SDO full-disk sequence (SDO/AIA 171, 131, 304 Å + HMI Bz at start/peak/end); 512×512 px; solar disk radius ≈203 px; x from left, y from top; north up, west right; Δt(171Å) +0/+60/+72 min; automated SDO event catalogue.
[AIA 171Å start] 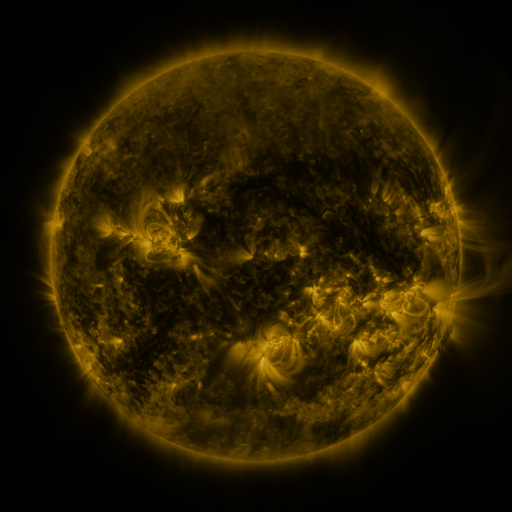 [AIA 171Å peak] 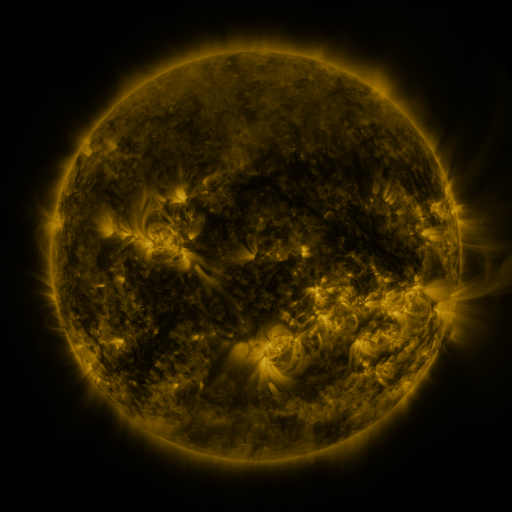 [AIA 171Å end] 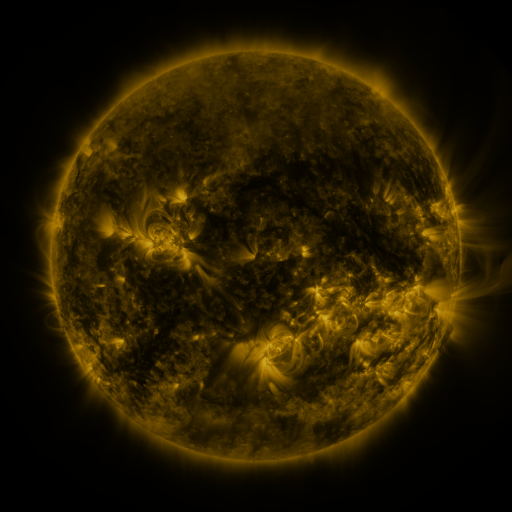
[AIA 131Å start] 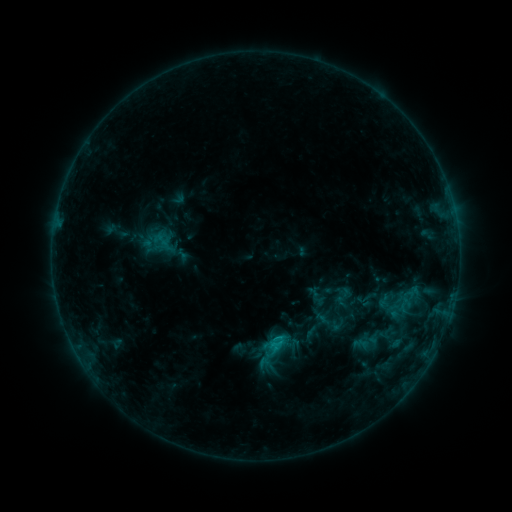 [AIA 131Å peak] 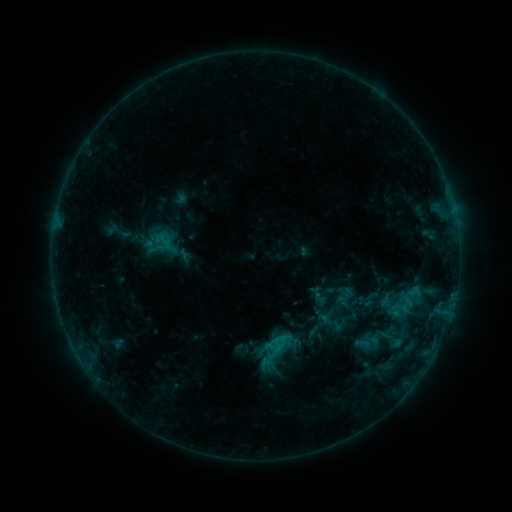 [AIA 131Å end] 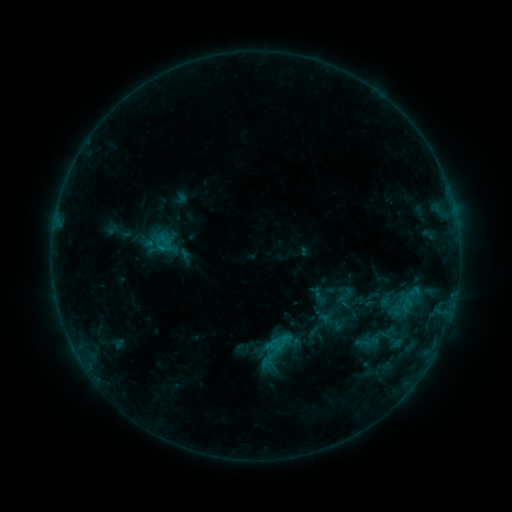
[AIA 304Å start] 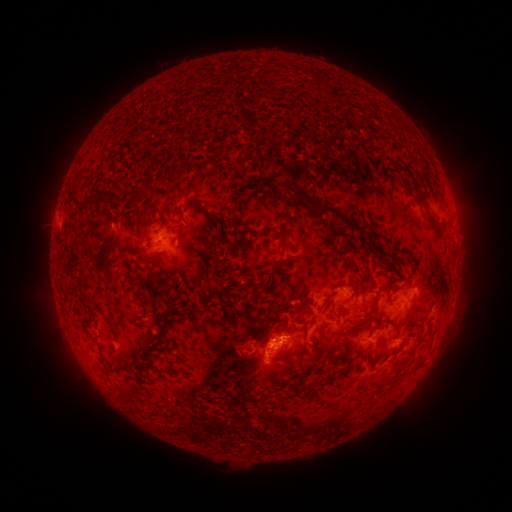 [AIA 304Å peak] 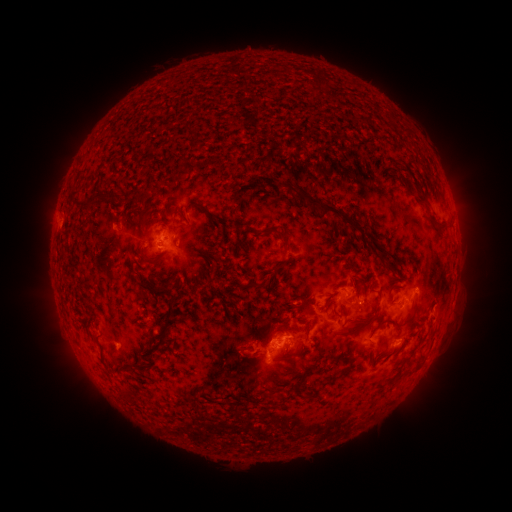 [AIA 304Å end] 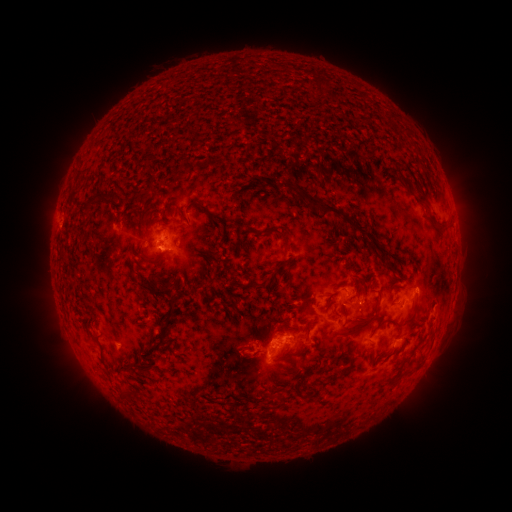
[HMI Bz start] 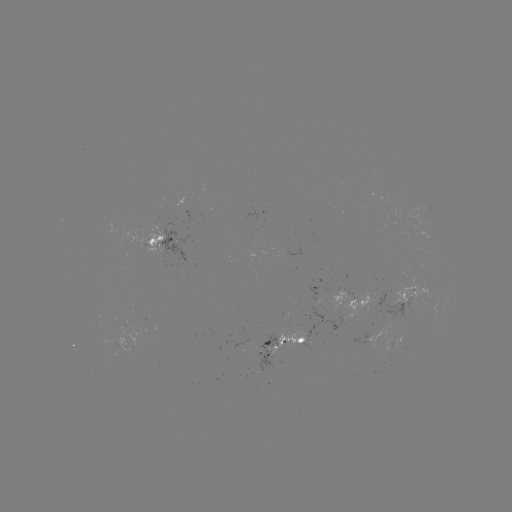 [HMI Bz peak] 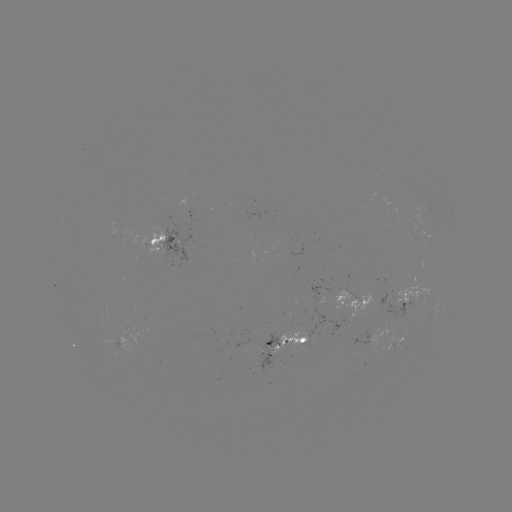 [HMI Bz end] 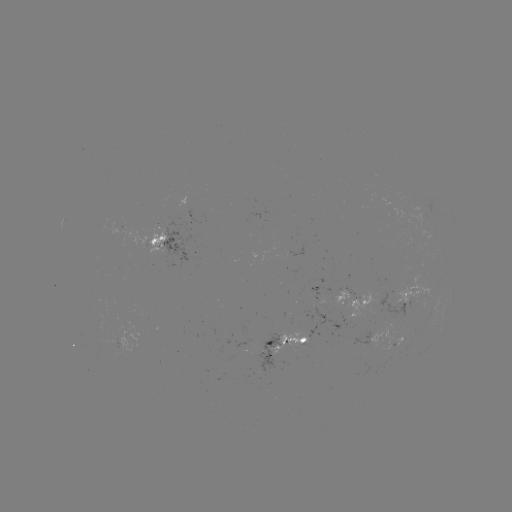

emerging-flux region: [253, 331, 279, 375]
